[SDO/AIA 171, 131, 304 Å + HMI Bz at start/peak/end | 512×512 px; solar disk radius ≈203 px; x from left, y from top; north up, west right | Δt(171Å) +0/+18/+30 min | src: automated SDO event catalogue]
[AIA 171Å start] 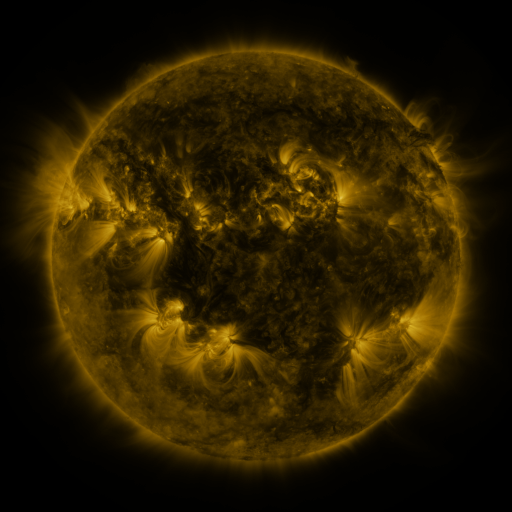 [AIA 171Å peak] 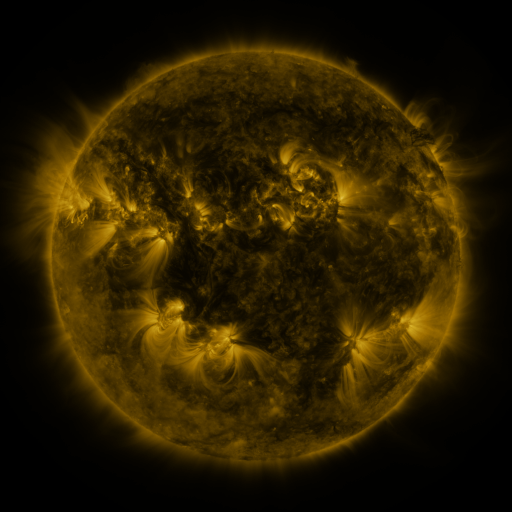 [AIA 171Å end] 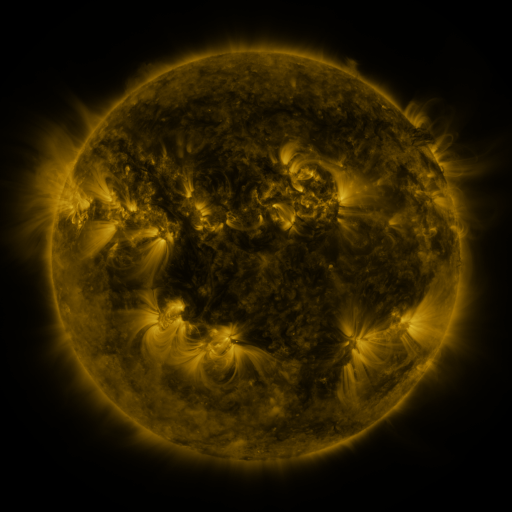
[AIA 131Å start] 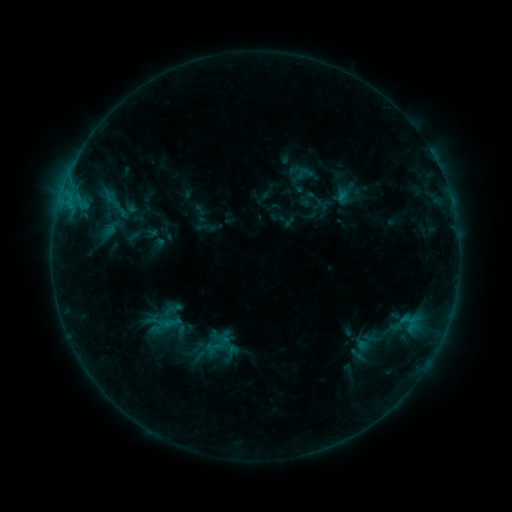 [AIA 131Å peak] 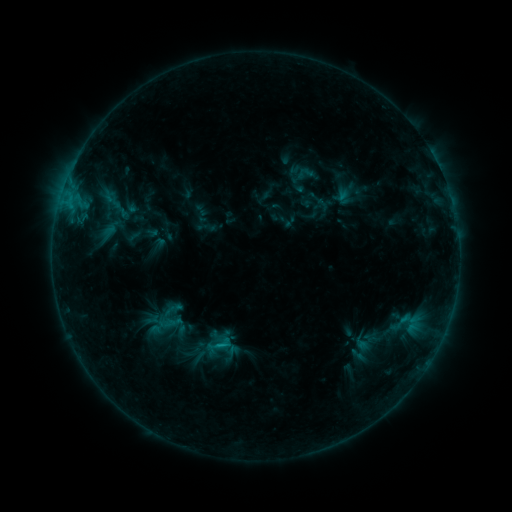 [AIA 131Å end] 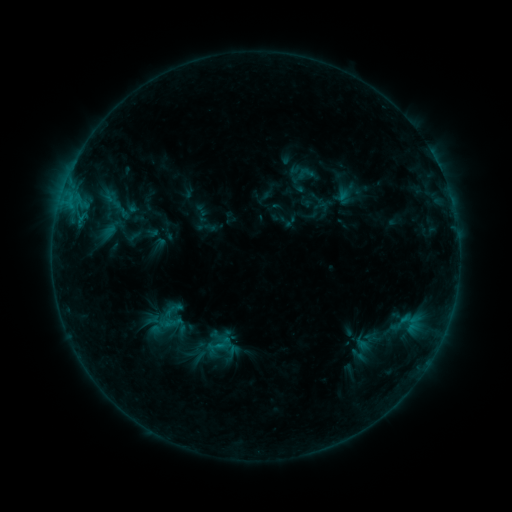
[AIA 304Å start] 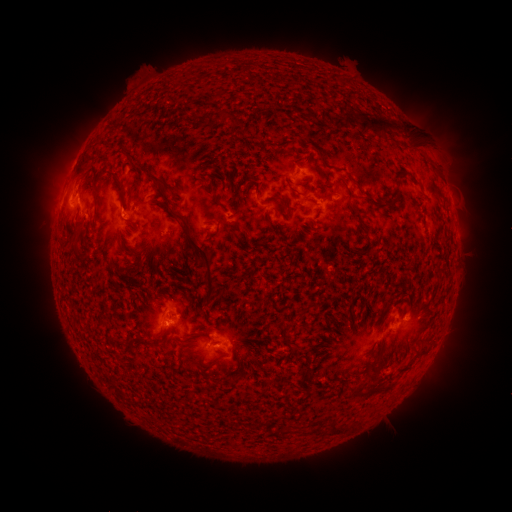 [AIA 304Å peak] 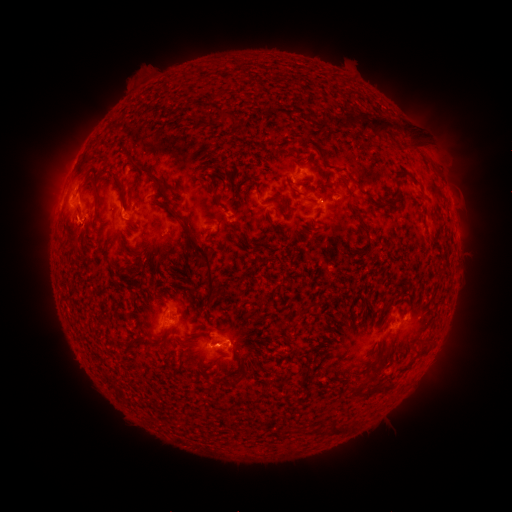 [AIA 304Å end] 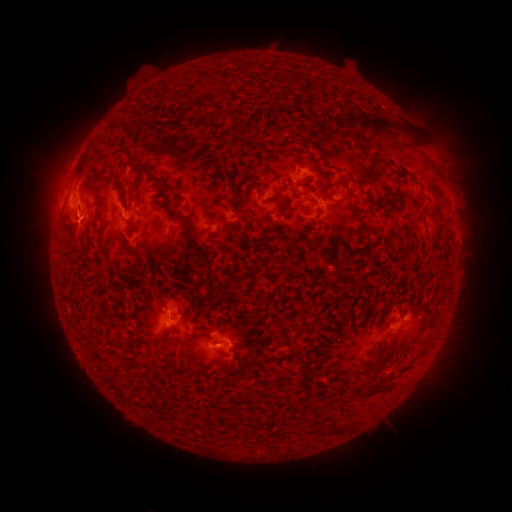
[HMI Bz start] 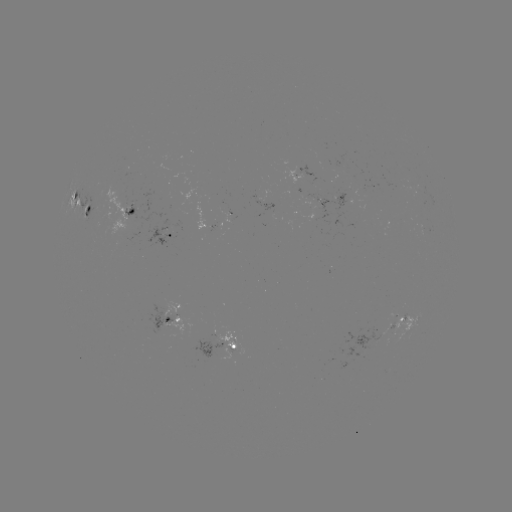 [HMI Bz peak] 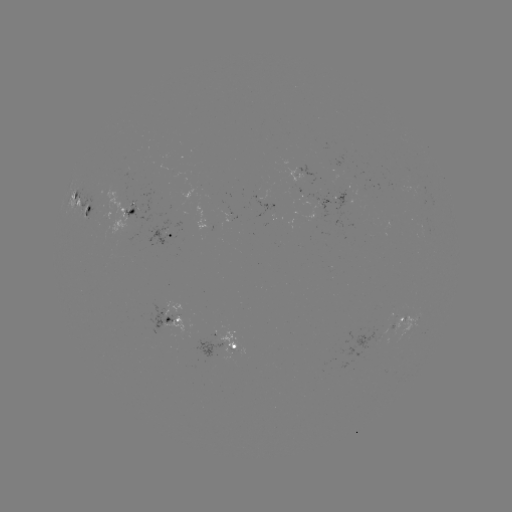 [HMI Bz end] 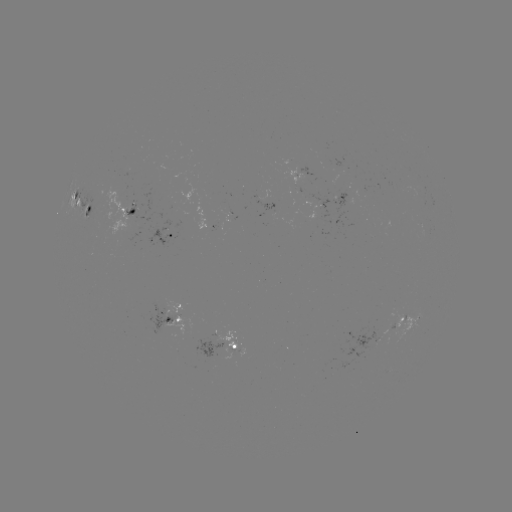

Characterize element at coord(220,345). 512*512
B8.1 flare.